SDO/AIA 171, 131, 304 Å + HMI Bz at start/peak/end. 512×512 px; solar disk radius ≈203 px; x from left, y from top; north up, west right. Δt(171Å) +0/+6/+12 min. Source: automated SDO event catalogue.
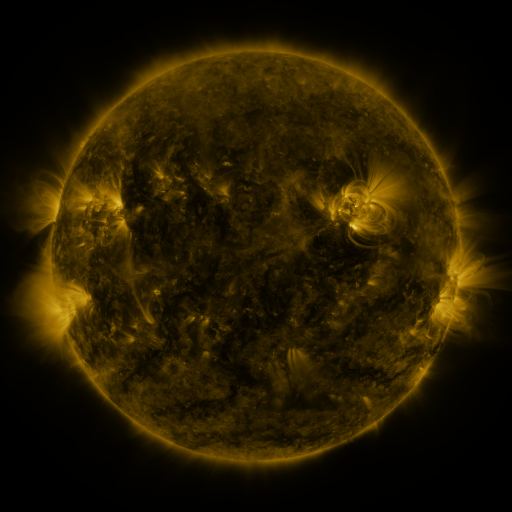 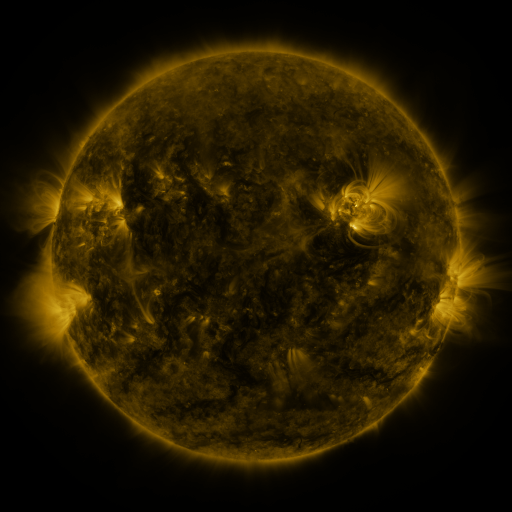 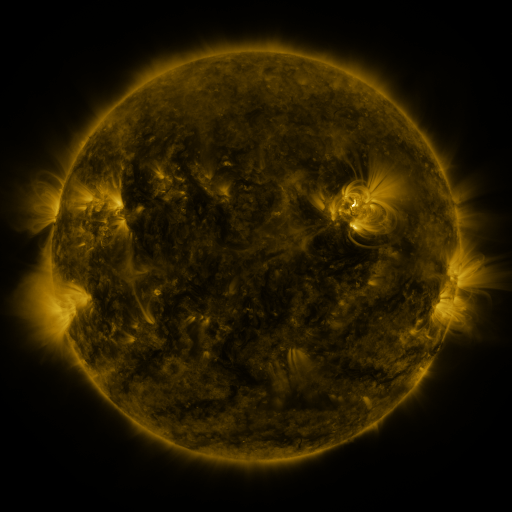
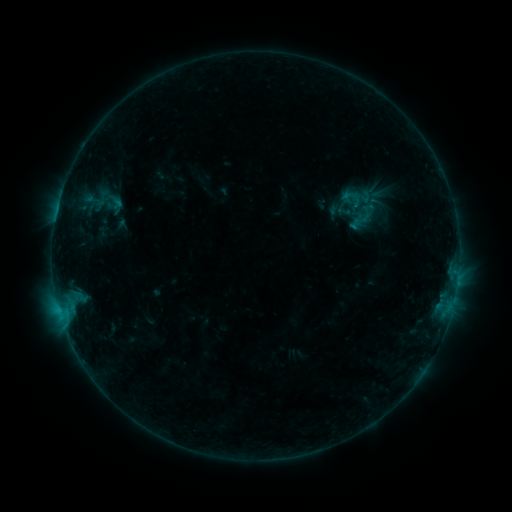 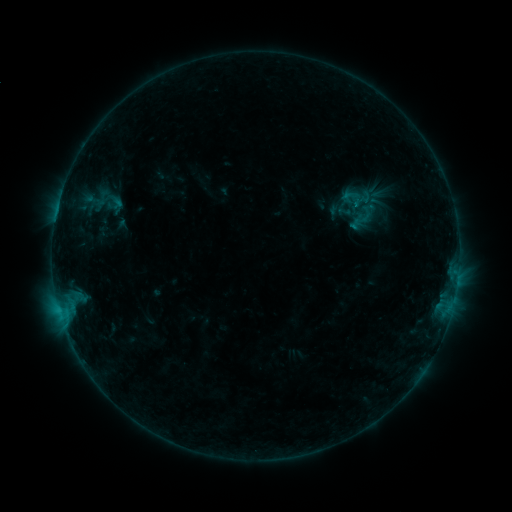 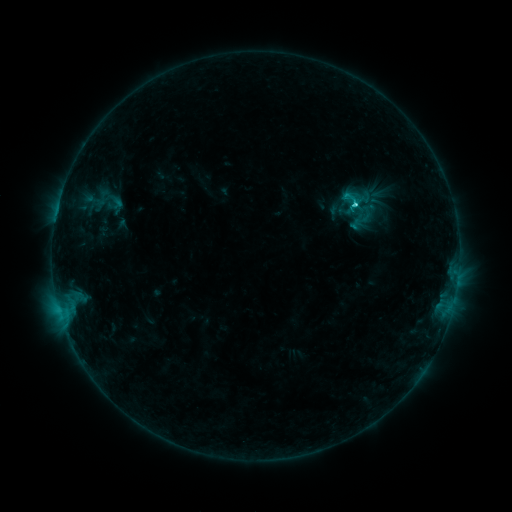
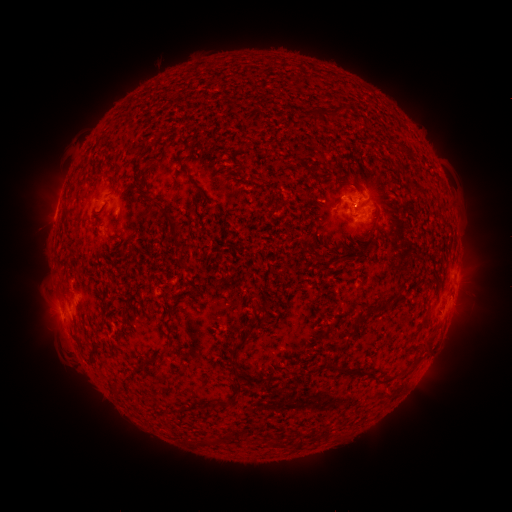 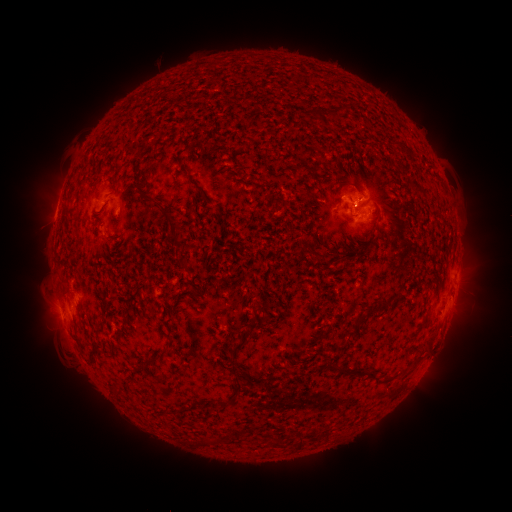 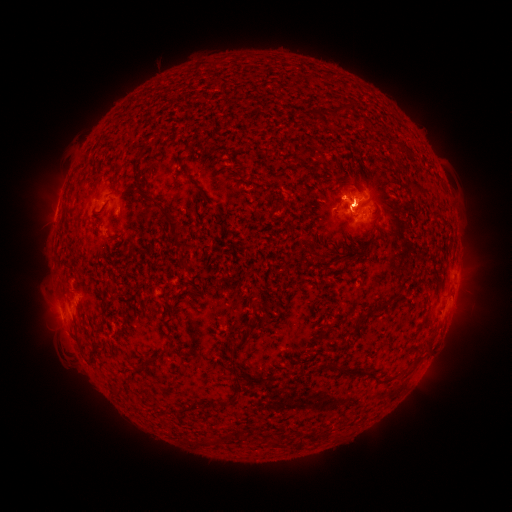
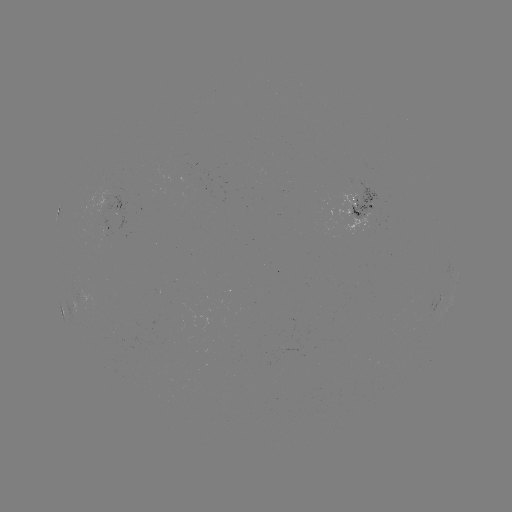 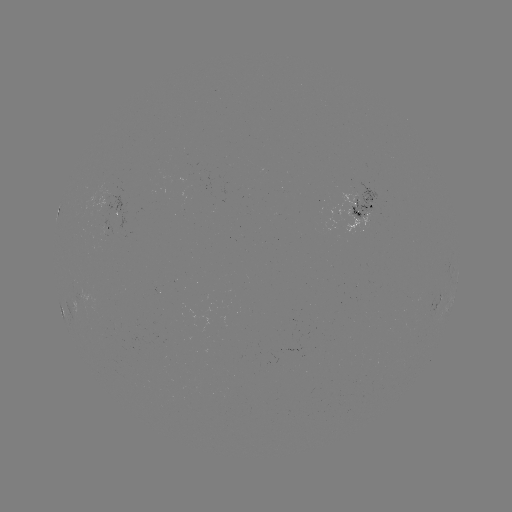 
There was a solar flare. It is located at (59, 308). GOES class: C1.6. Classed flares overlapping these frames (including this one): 2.